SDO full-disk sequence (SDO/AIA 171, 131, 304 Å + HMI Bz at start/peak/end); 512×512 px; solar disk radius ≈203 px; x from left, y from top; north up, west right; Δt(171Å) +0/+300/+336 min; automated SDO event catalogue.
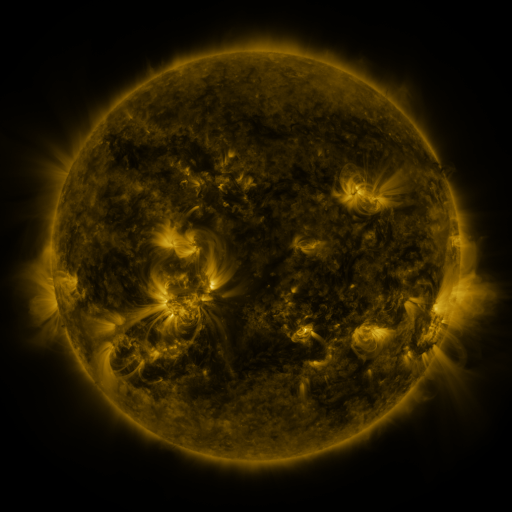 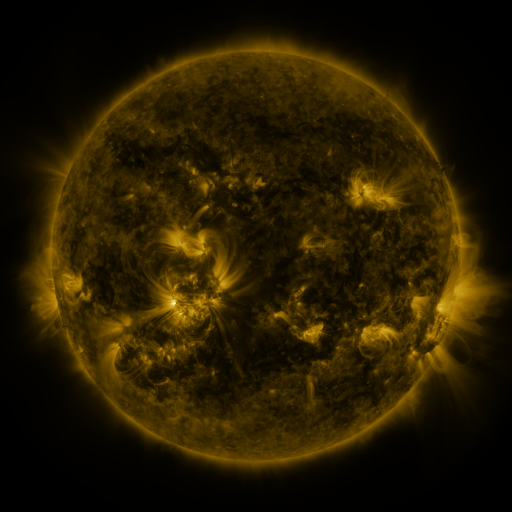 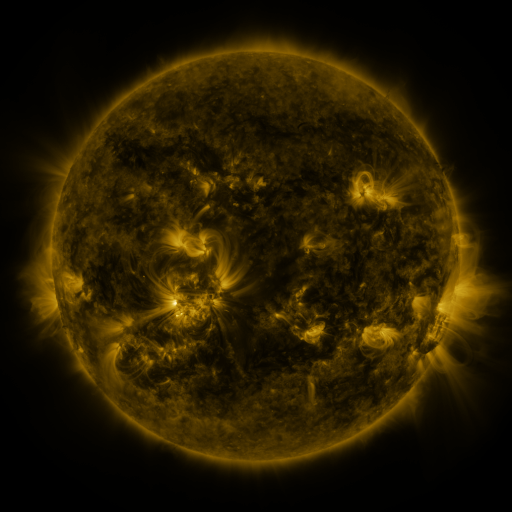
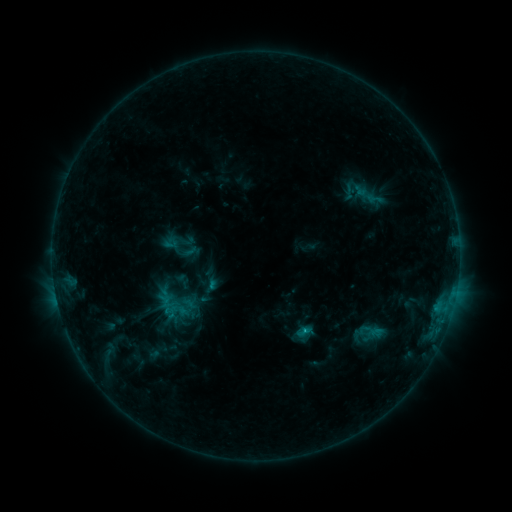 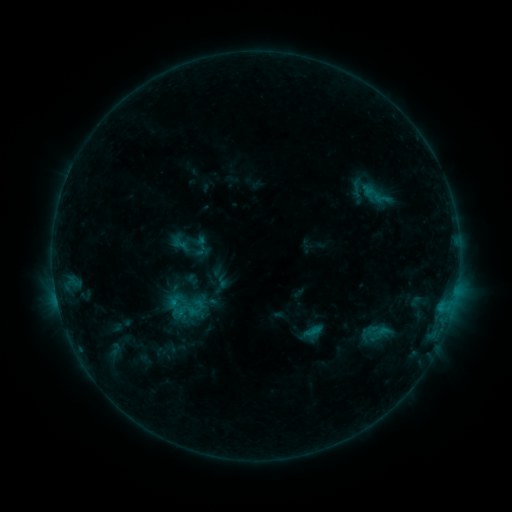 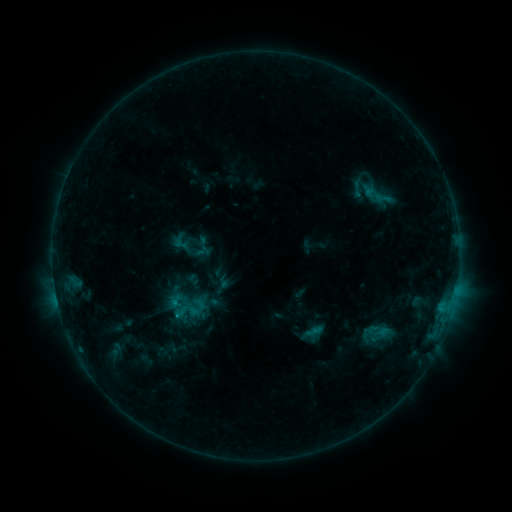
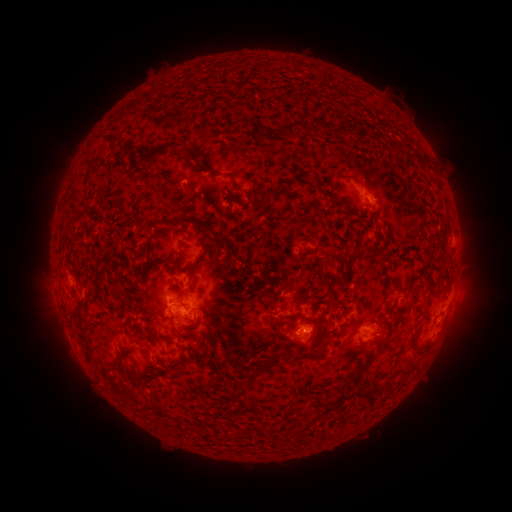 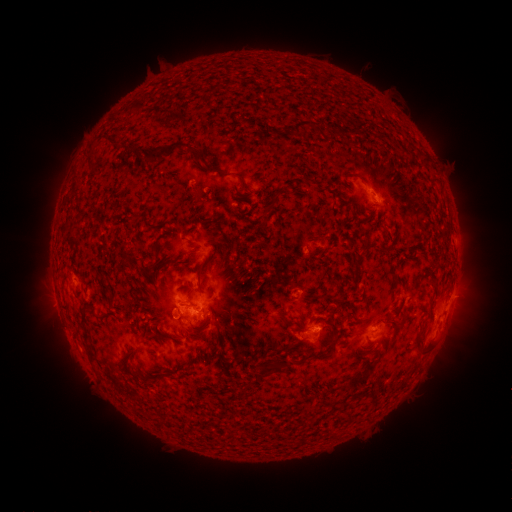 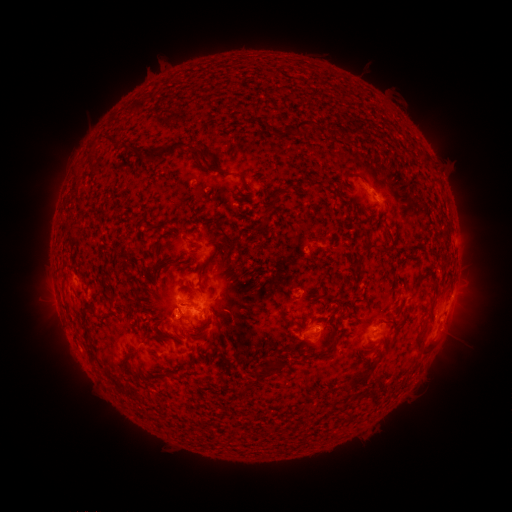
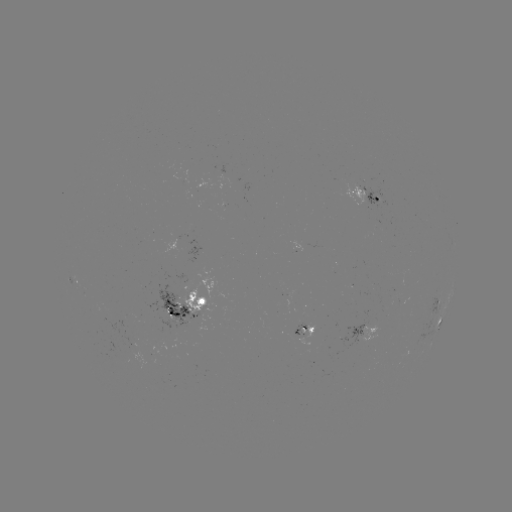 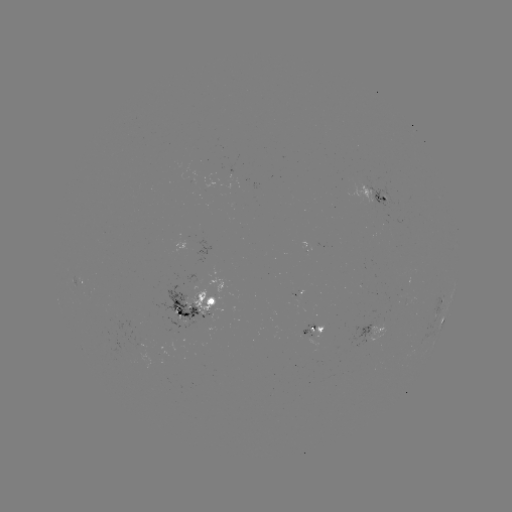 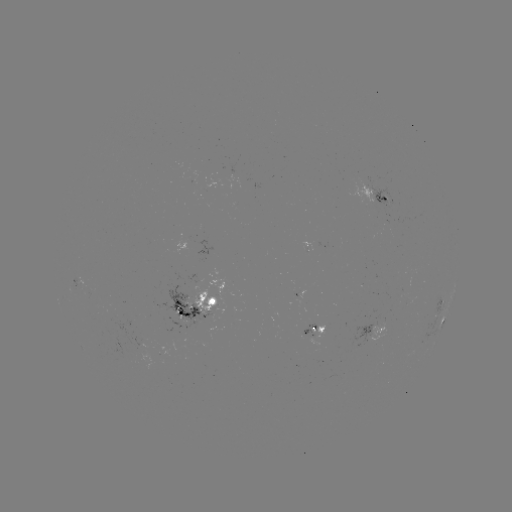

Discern emerging-flux region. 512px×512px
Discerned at (298, 295).